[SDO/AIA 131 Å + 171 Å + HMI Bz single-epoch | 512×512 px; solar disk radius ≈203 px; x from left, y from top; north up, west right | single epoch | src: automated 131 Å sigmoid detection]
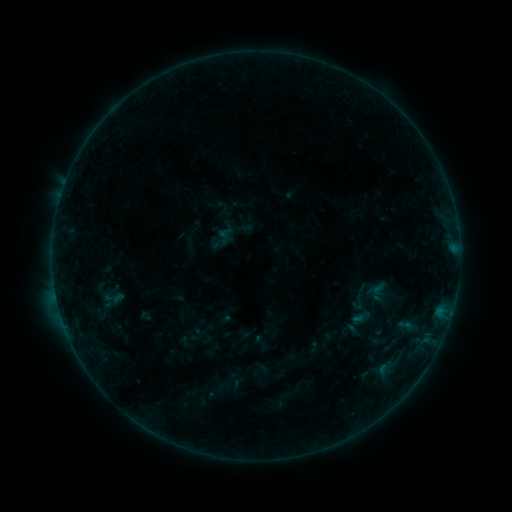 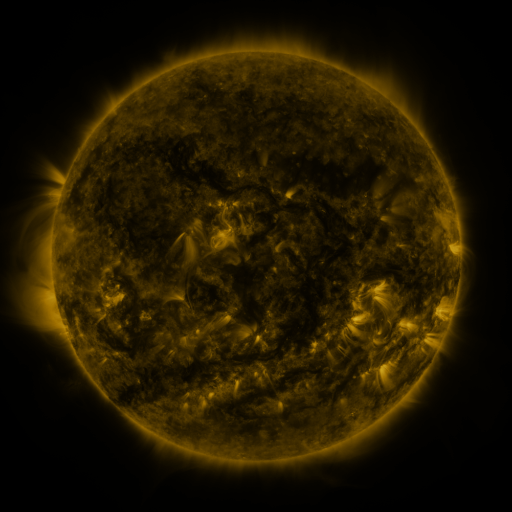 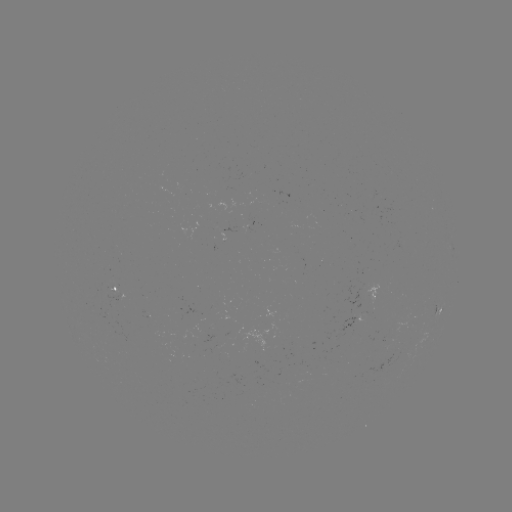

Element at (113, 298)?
sigmoid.